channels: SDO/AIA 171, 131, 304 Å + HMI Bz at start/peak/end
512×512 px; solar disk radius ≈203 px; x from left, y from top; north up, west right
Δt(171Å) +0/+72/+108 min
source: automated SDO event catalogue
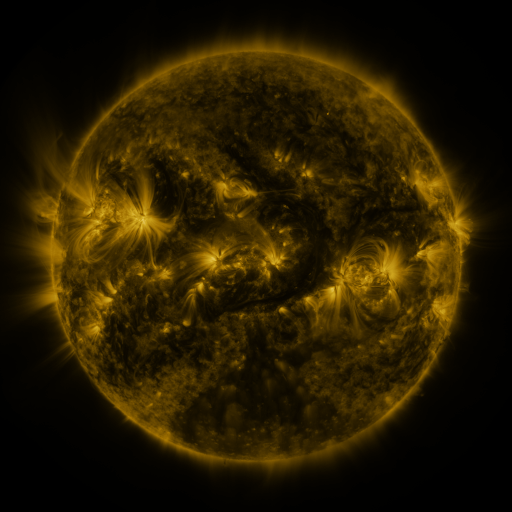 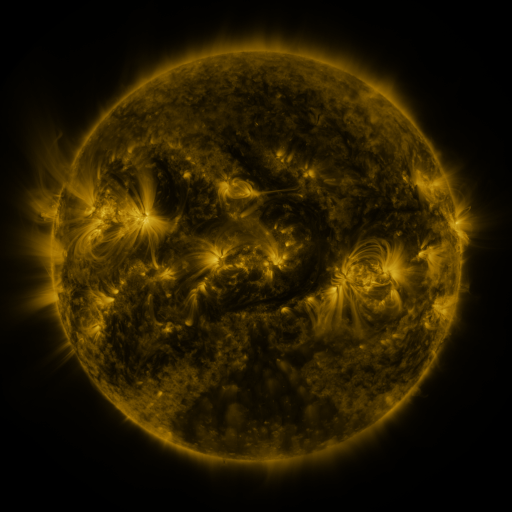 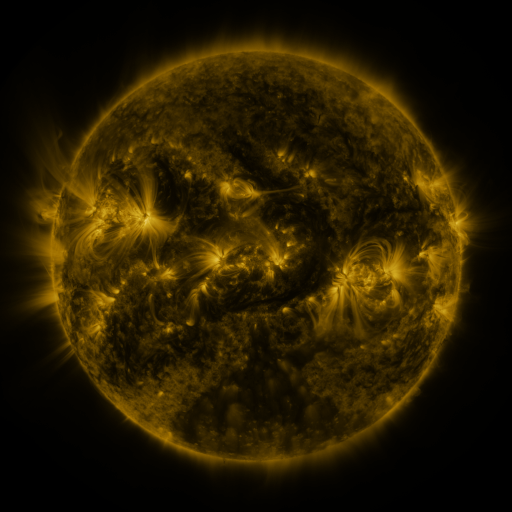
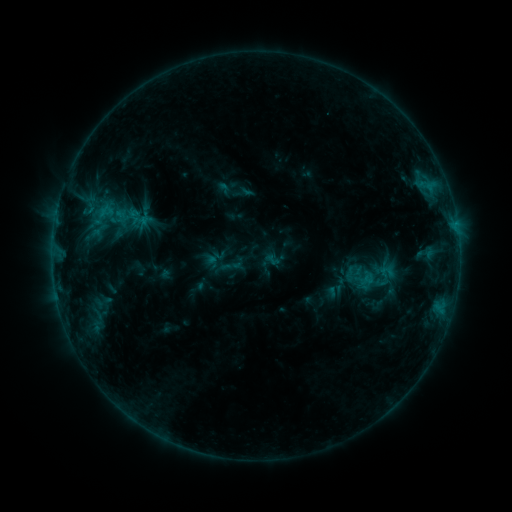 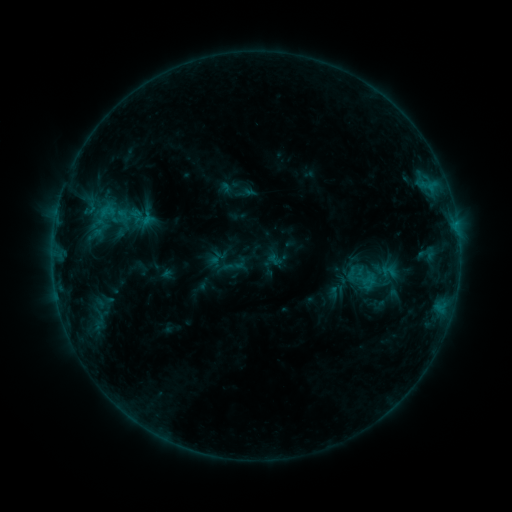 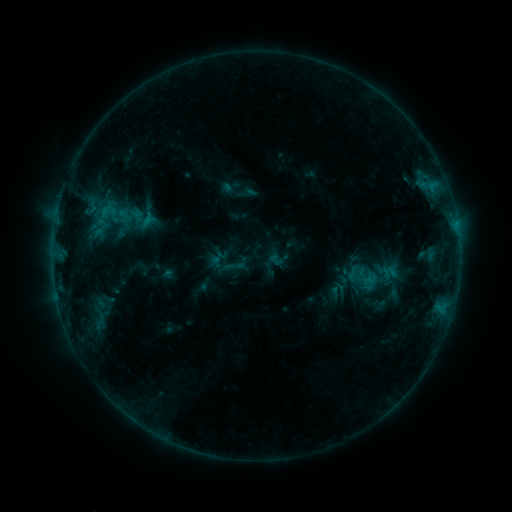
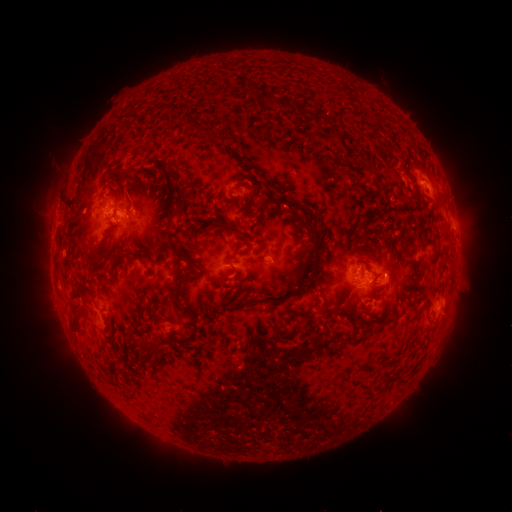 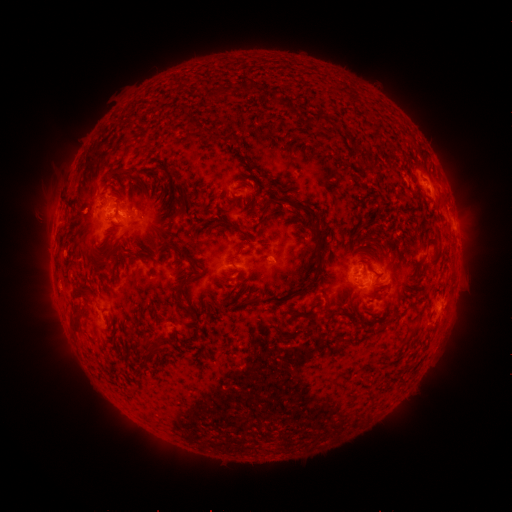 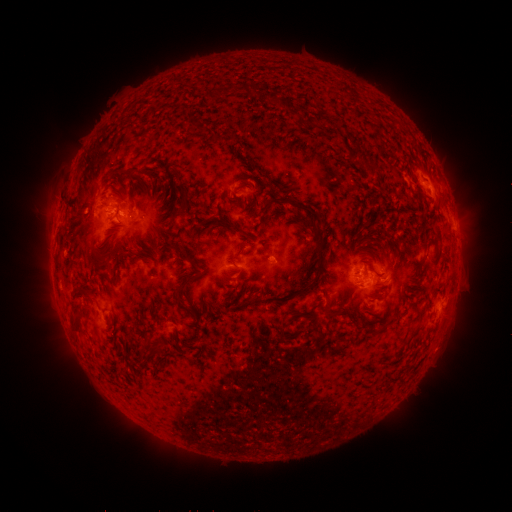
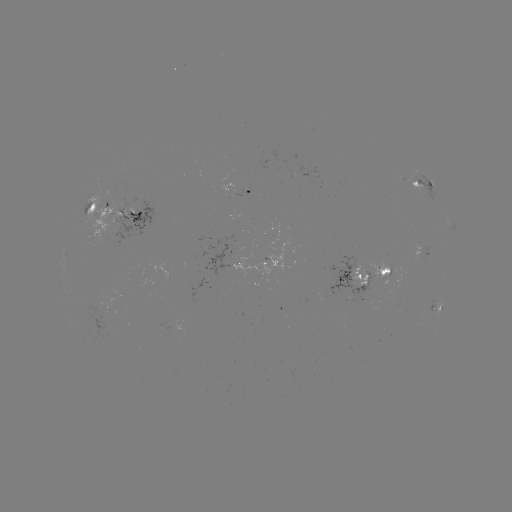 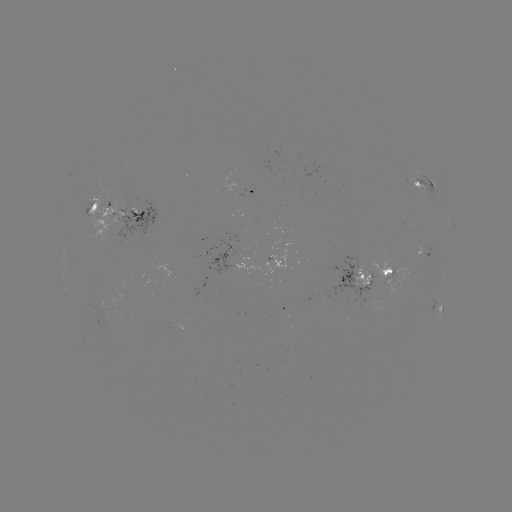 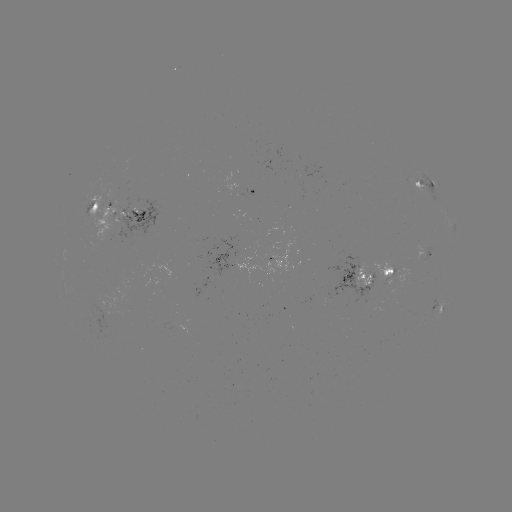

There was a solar emerging-flux region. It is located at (366, 290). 